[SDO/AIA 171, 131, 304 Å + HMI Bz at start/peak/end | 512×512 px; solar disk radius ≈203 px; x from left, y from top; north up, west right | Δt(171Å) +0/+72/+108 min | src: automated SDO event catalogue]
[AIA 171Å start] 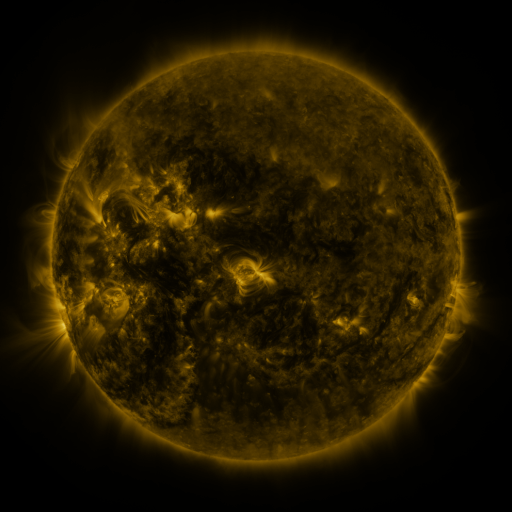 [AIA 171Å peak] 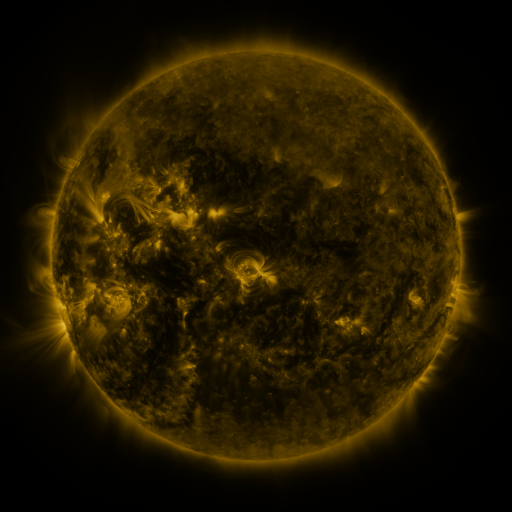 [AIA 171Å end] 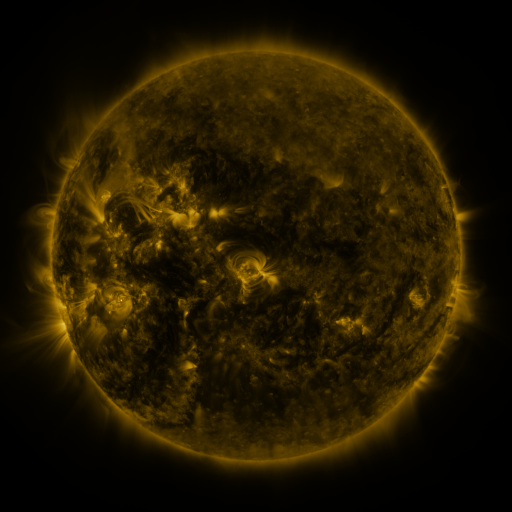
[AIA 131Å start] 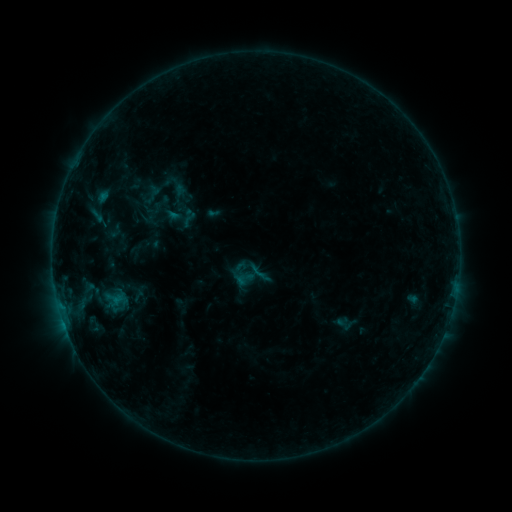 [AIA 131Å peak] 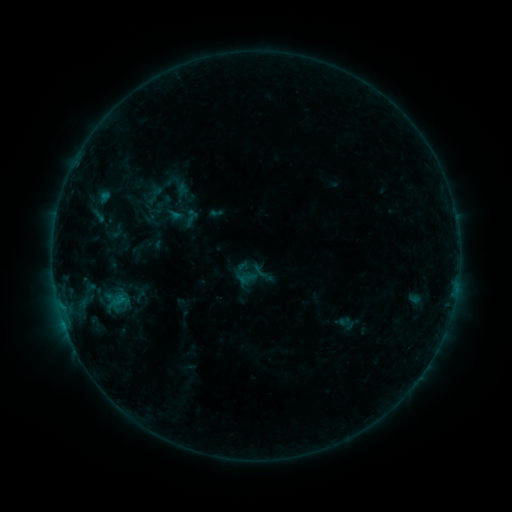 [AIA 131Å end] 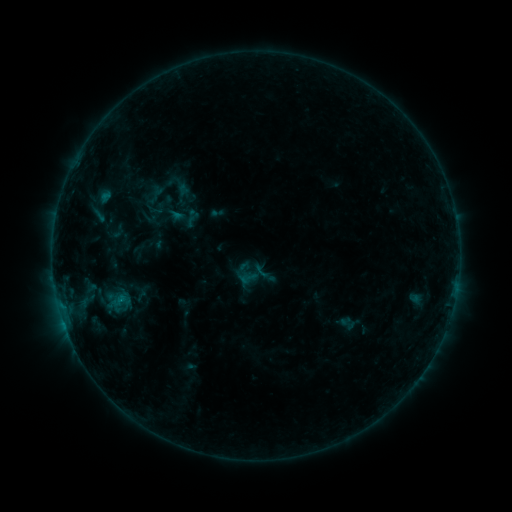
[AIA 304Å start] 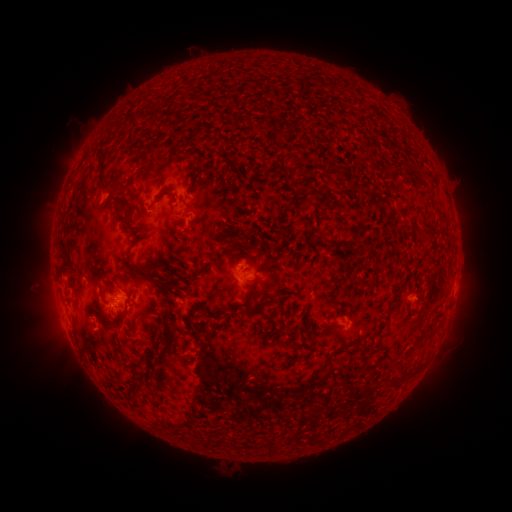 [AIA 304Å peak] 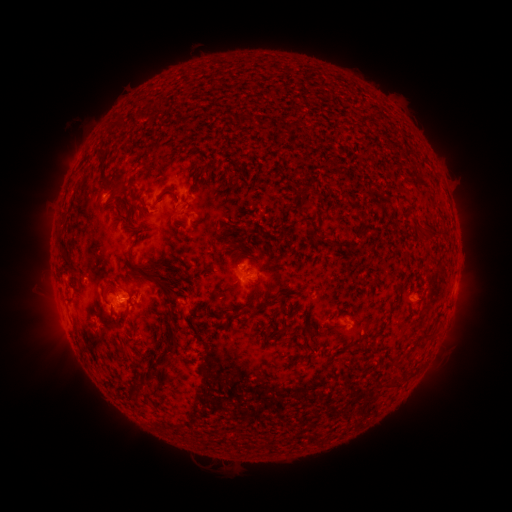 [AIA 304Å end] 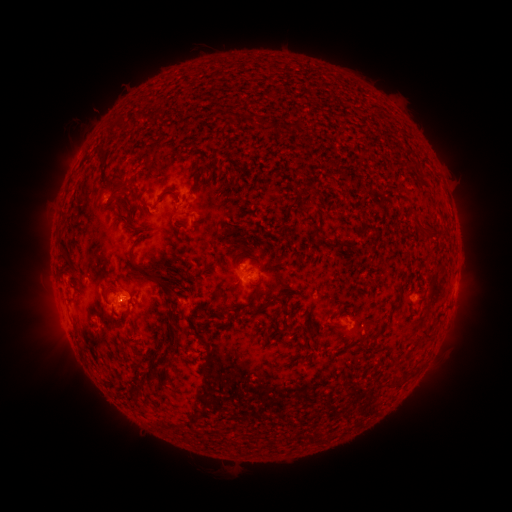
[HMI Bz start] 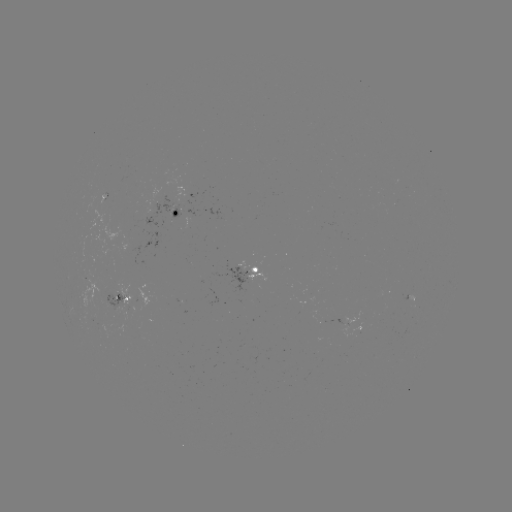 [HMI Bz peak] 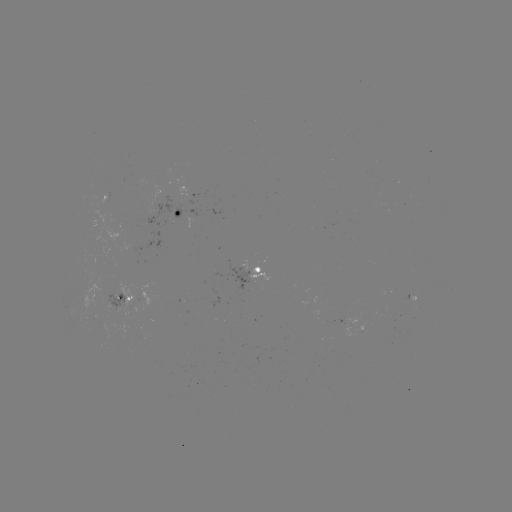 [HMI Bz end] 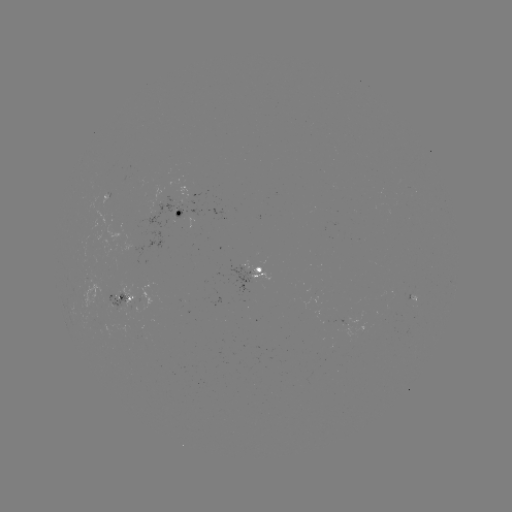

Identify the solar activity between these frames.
emerging-flux region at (127, 303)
